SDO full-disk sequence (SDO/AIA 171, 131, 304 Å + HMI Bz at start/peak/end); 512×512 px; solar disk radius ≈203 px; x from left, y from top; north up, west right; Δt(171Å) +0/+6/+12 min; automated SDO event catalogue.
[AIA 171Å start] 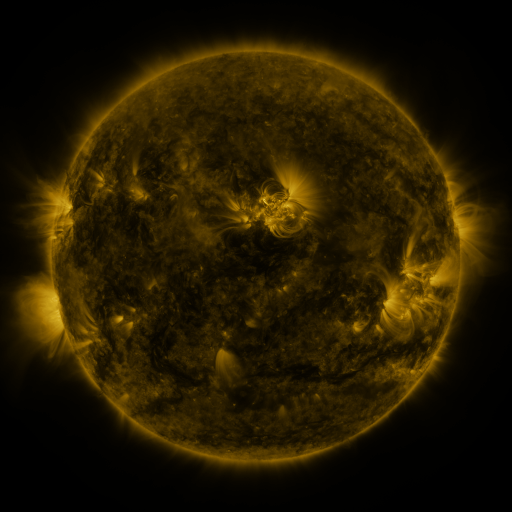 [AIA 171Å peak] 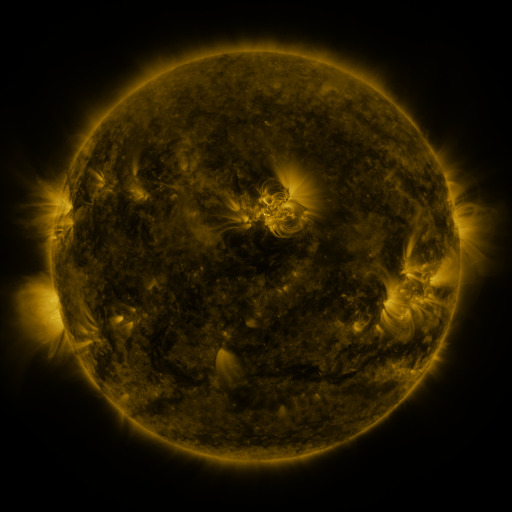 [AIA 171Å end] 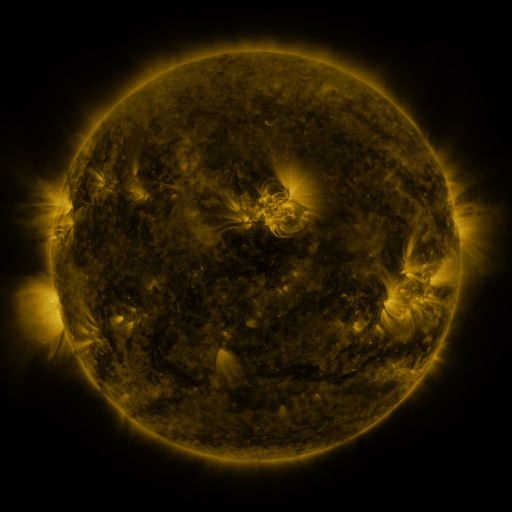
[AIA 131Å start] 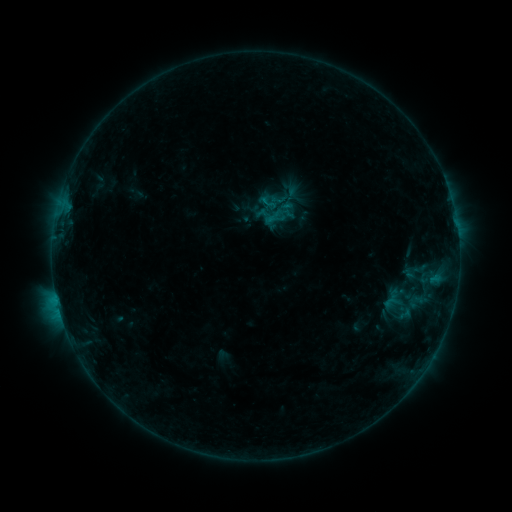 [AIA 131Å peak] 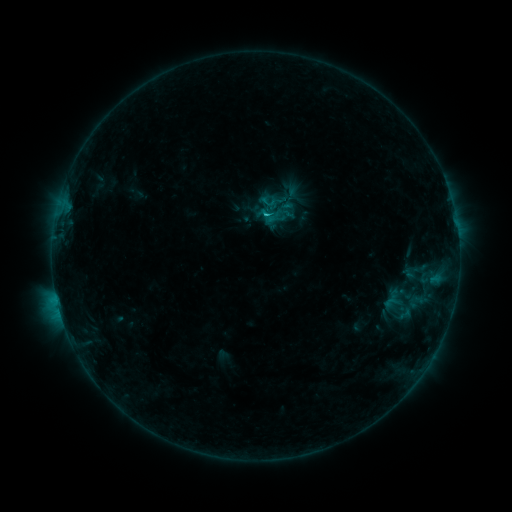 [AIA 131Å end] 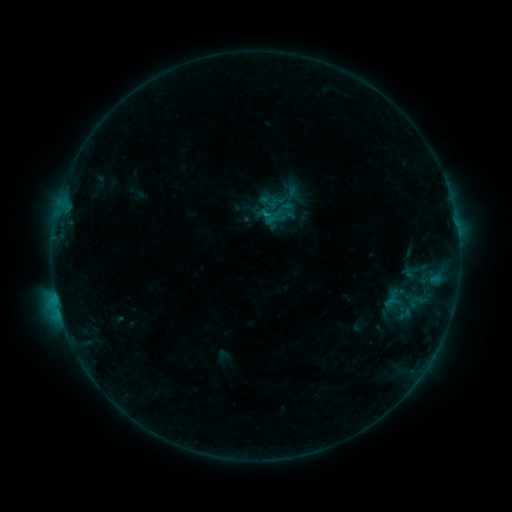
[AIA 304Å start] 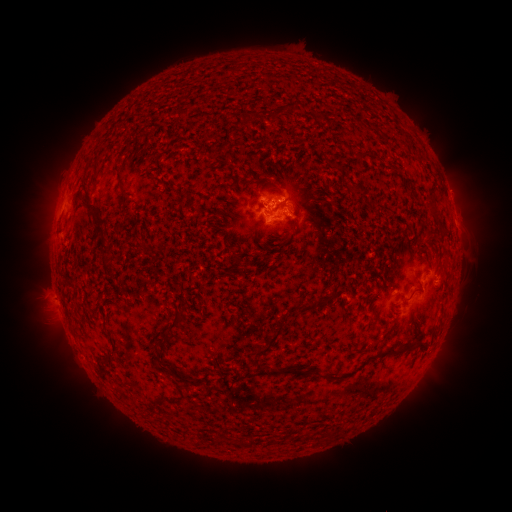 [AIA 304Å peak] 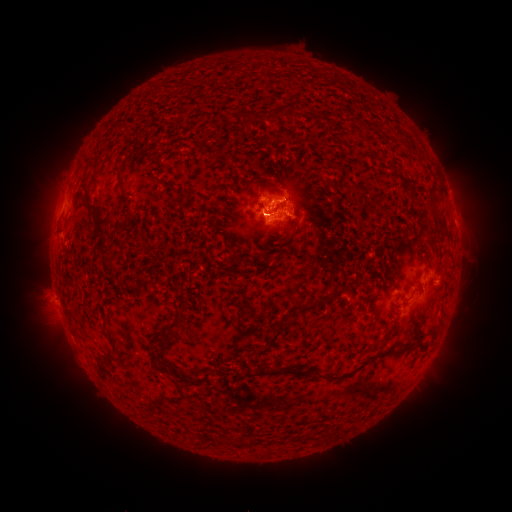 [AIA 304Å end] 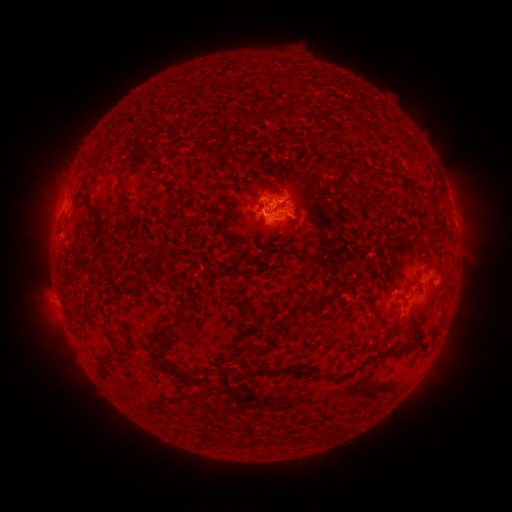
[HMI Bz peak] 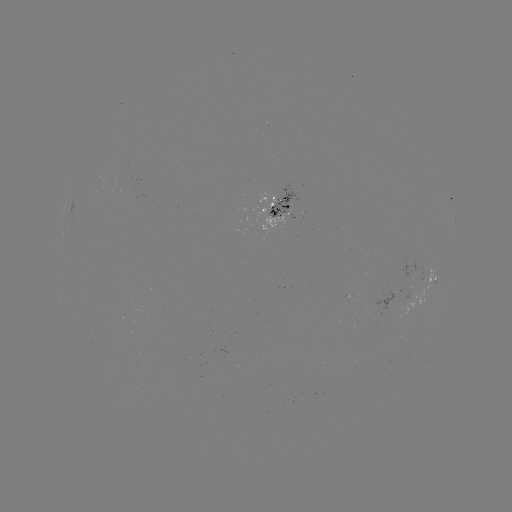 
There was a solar flare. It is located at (266, 209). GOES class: B7.2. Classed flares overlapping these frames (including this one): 1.